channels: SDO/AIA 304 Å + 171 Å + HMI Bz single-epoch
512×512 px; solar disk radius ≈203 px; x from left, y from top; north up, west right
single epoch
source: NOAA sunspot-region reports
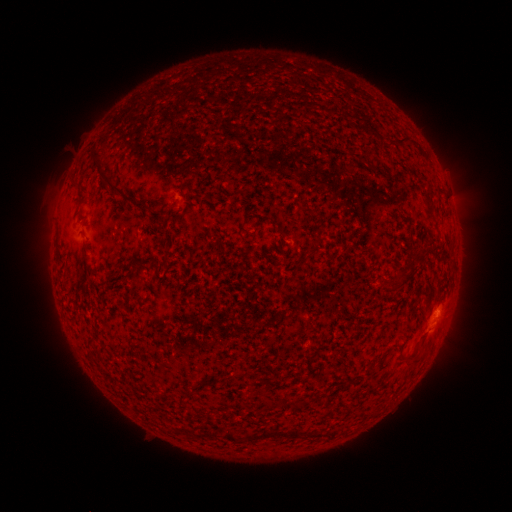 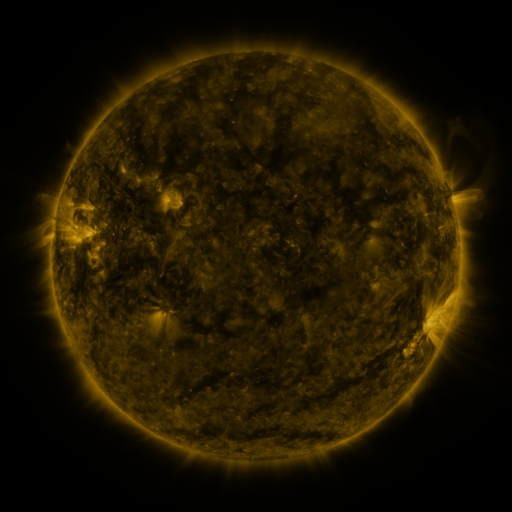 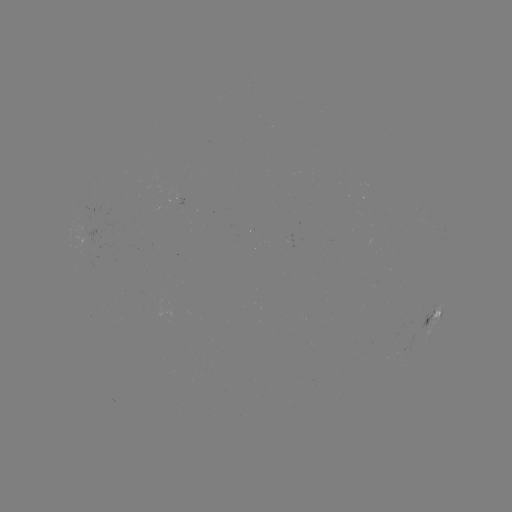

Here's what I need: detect spotted active region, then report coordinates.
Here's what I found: spotted active region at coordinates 436,314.